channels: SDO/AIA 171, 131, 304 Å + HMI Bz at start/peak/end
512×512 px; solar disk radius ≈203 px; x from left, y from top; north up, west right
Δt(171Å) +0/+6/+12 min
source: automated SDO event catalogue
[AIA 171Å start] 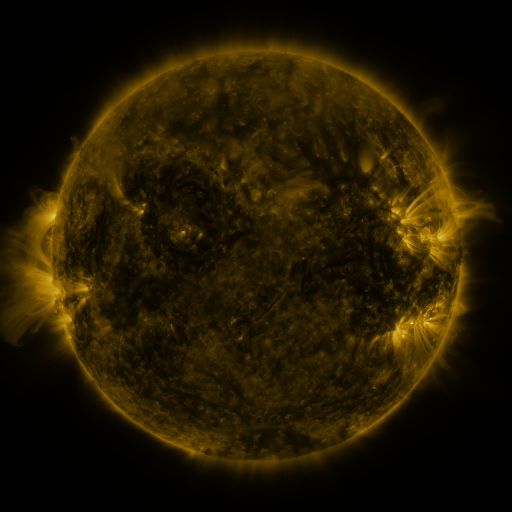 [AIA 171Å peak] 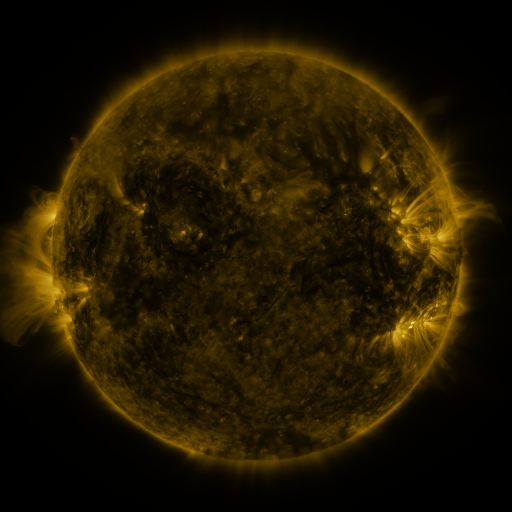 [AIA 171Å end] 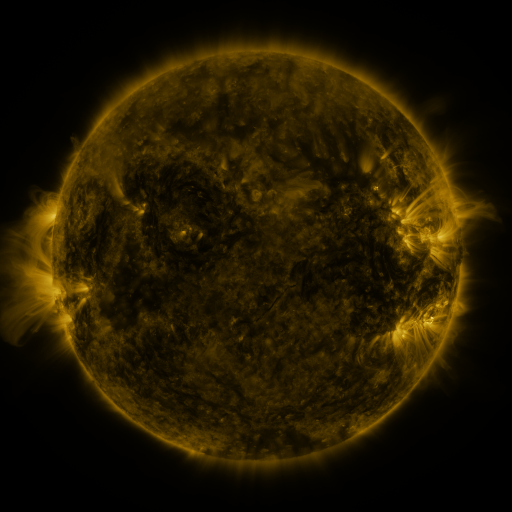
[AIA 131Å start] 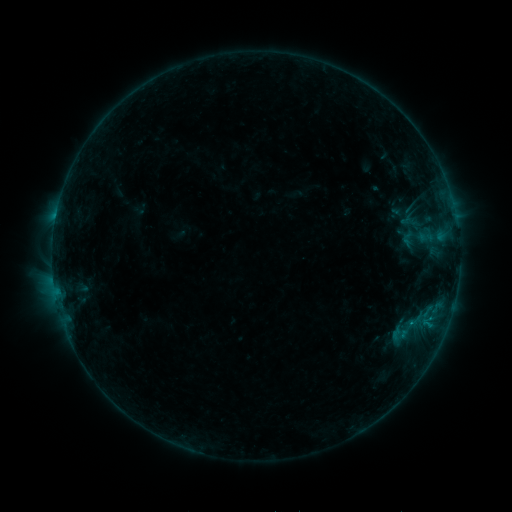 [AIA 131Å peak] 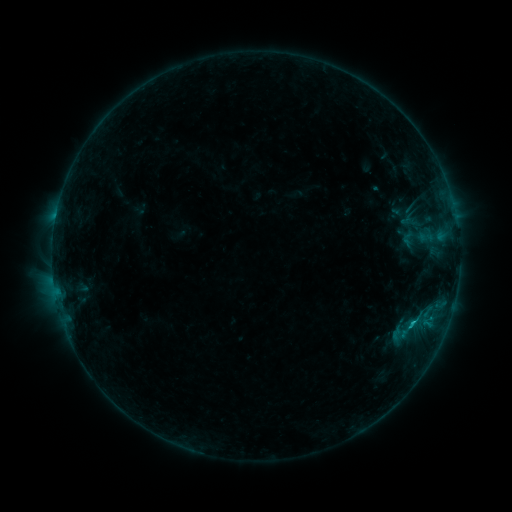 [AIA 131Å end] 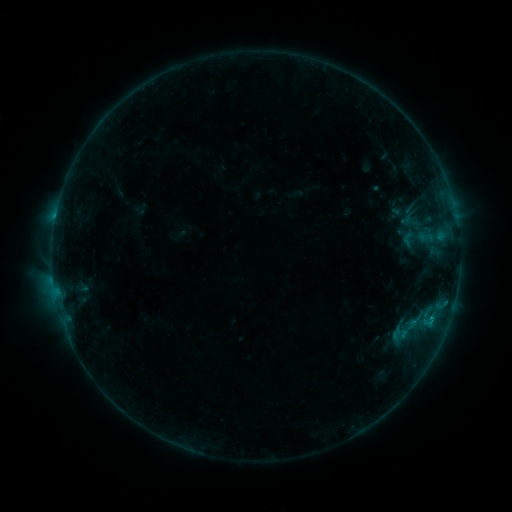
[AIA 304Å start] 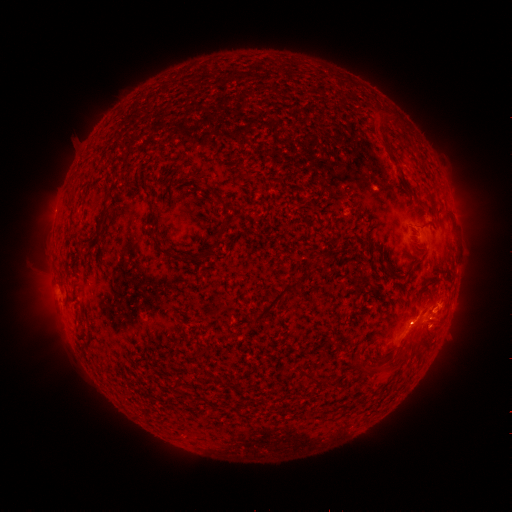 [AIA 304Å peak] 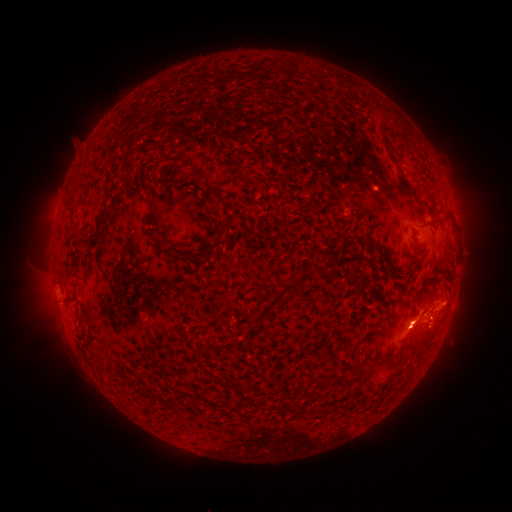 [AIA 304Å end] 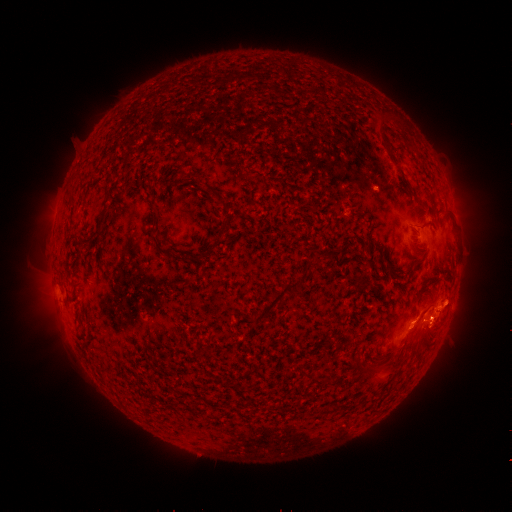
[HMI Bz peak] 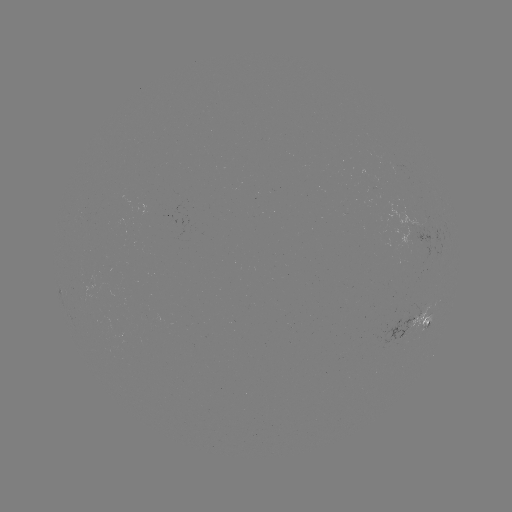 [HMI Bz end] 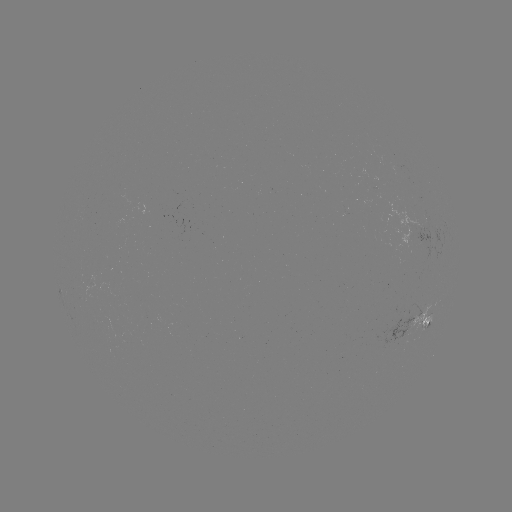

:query B6.1 flare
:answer (412, 319)